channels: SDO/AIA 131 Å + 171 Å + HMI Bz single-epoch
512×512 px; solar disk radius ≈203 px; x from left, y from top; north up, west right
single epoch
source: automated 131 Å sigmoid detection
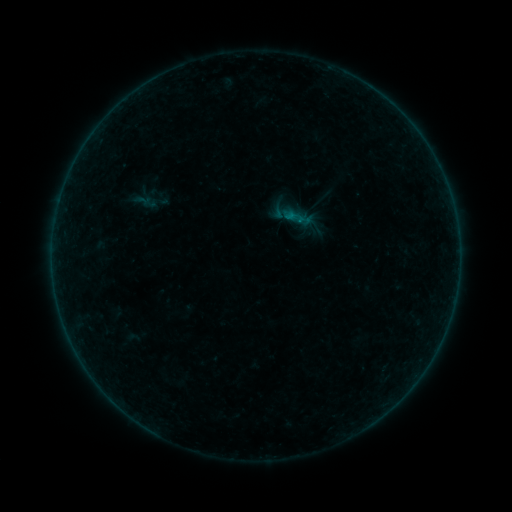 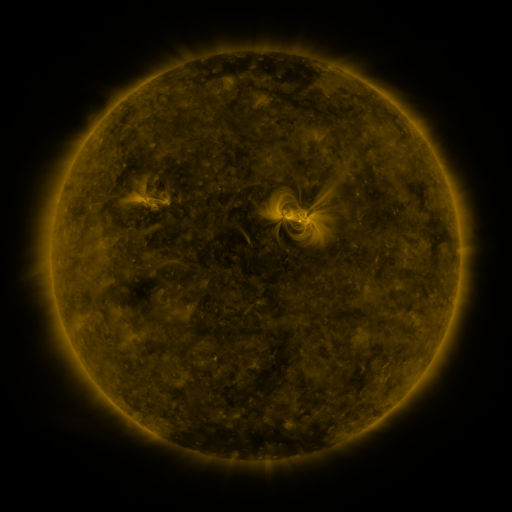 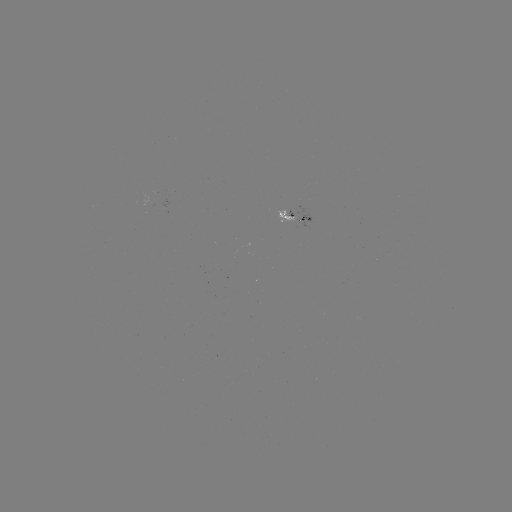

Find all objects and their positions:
sigmoid: <bbox>135, 191, 152, 209</bbox>
sigmoid: <bbox>283, 205, 305, 228</bbox>
